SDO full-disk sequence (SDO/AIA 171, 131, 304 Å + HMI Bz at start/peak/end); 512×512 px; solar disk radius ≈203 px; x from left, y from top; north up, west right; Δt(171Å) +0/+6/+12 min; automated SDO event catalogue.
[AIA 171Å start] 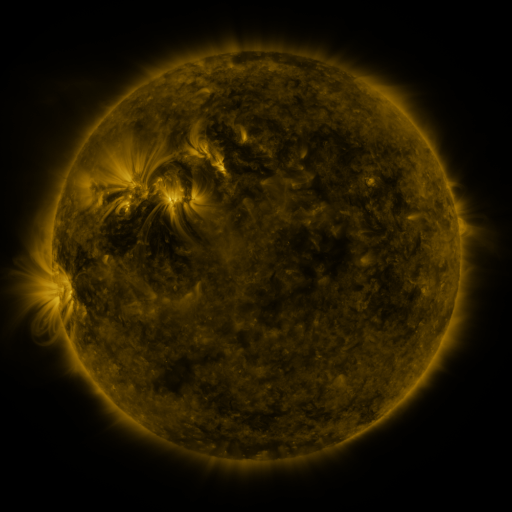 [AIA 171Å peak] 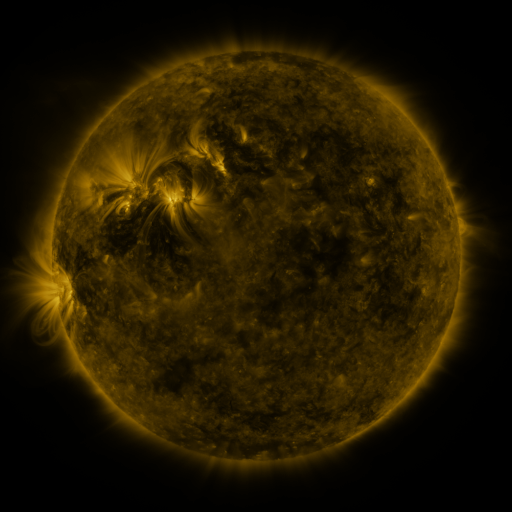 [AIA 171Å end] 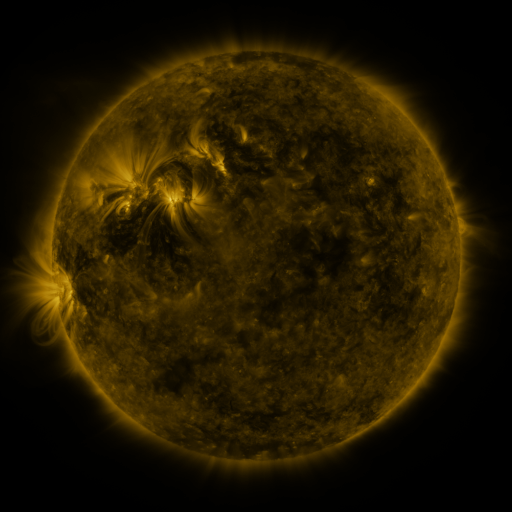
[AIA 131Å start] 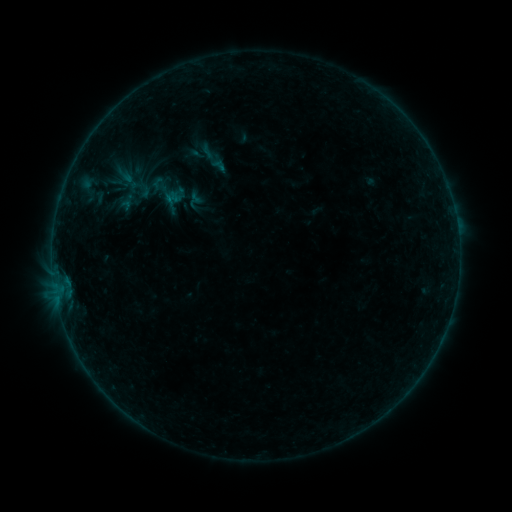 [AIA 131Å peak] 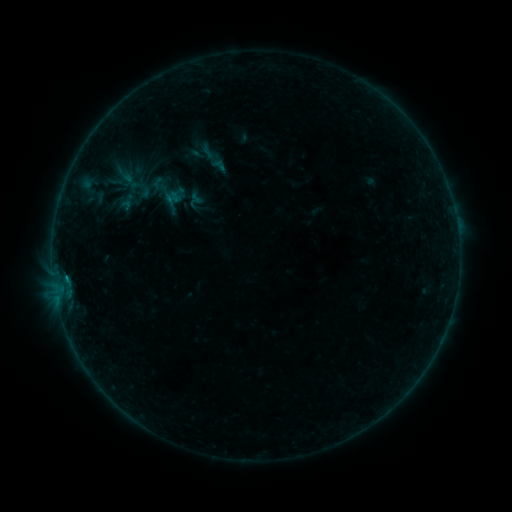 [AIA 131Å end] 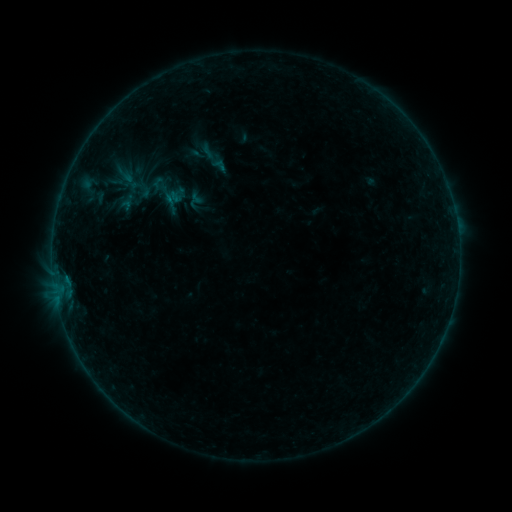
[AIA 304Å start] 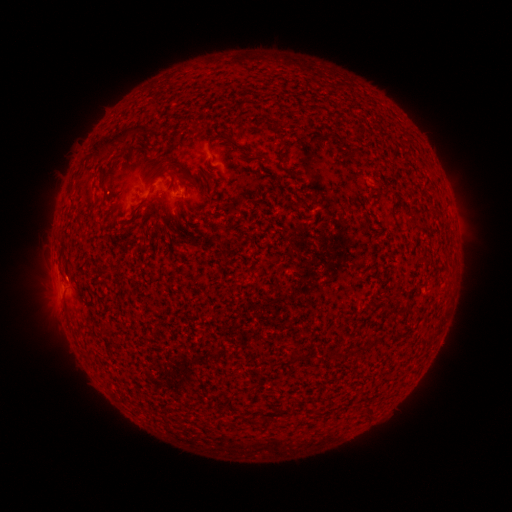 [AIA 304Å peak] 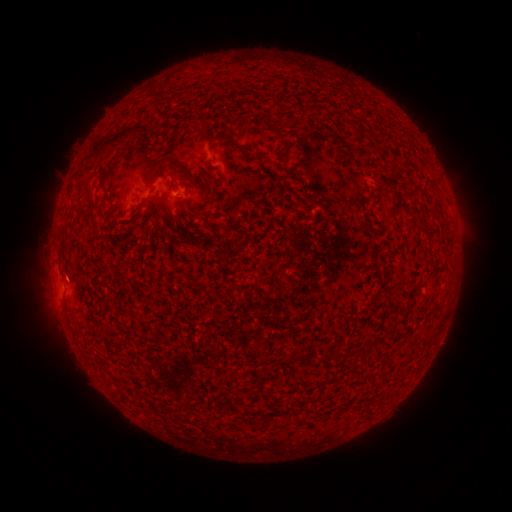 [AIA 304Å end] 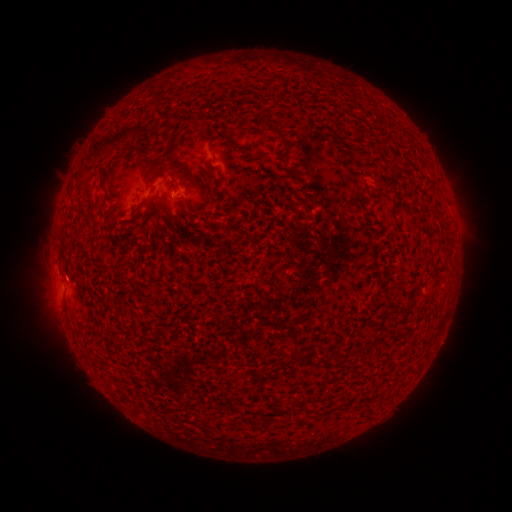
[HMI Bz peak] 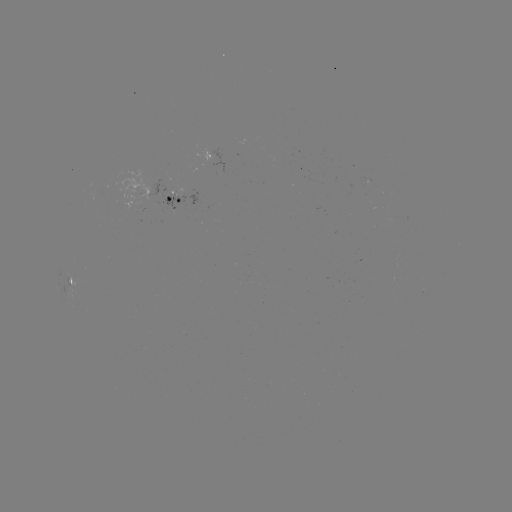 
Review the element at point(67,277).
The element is B2.0 flare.